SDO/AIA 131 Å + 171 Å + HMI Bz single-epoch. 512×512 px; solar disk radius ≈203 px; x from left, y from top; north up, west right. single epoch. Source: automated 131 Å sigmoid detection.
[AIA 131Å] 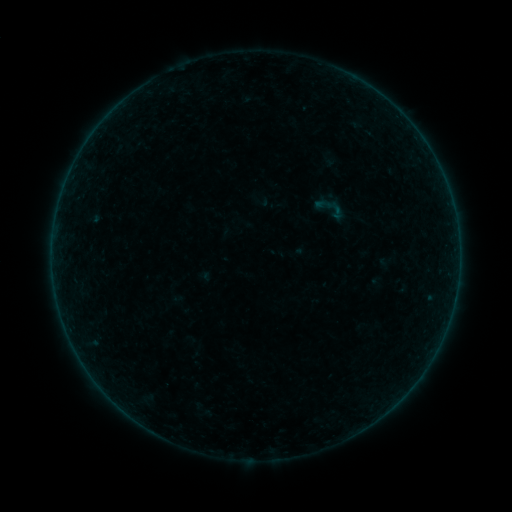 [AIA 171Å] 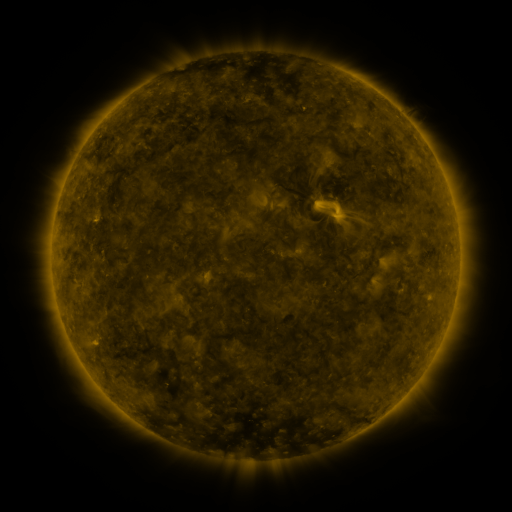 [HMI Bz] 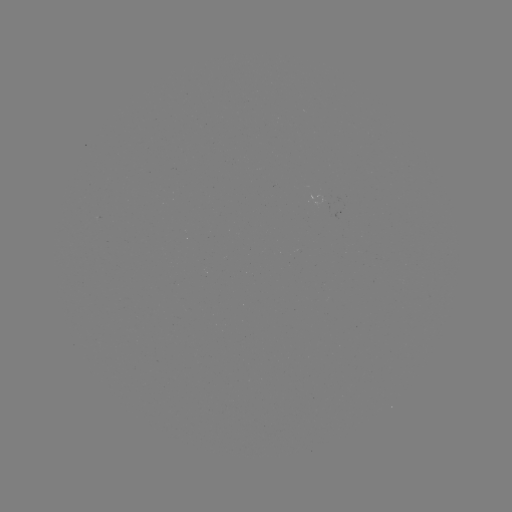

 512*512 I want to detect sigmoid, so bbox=[311, 189, 351, 228].